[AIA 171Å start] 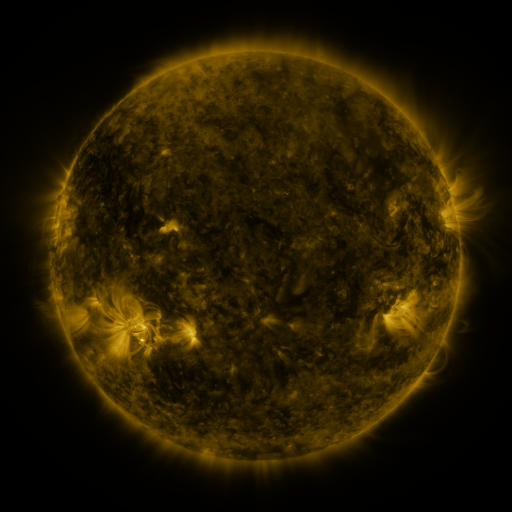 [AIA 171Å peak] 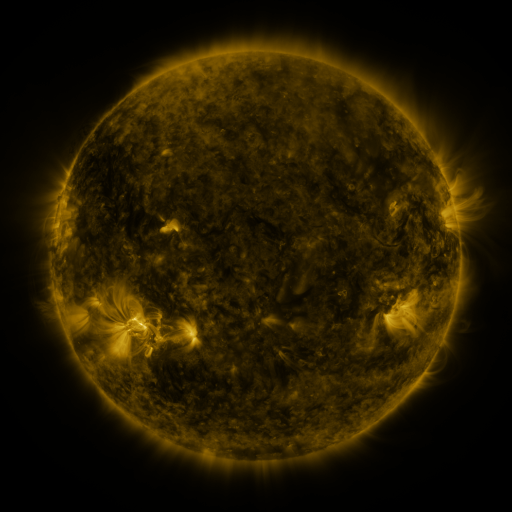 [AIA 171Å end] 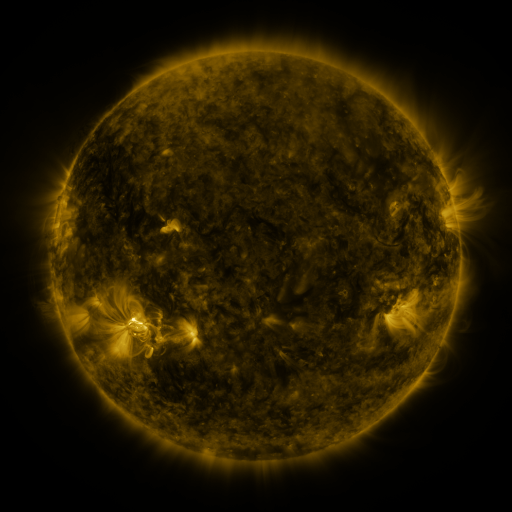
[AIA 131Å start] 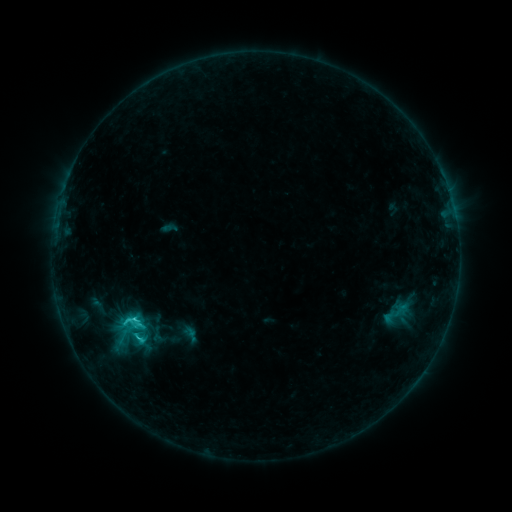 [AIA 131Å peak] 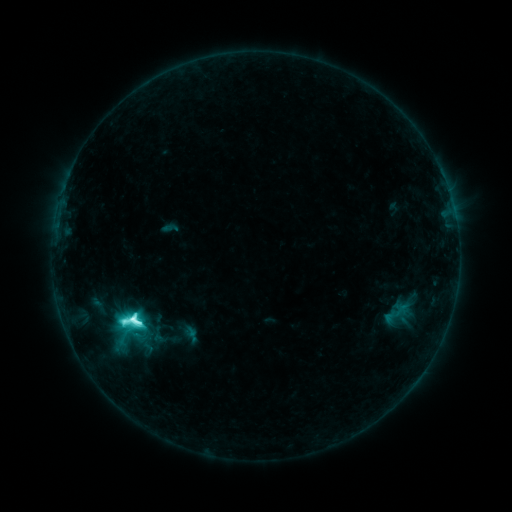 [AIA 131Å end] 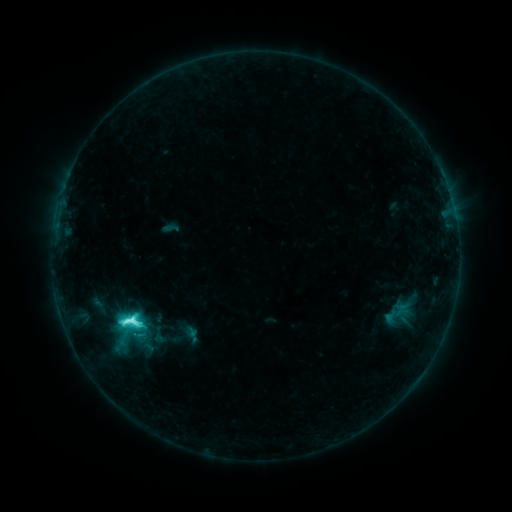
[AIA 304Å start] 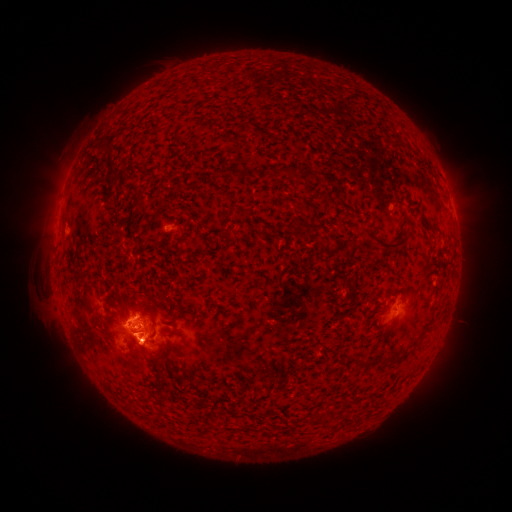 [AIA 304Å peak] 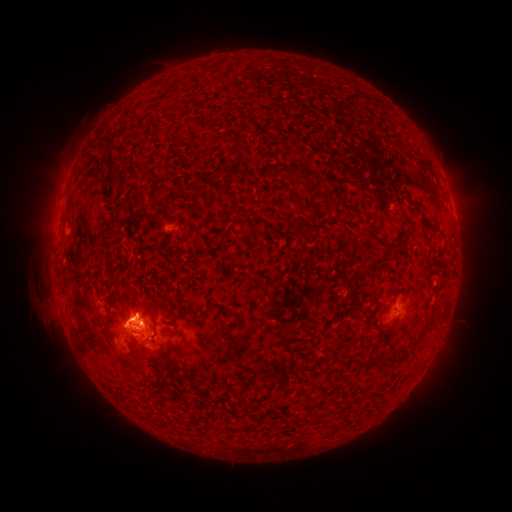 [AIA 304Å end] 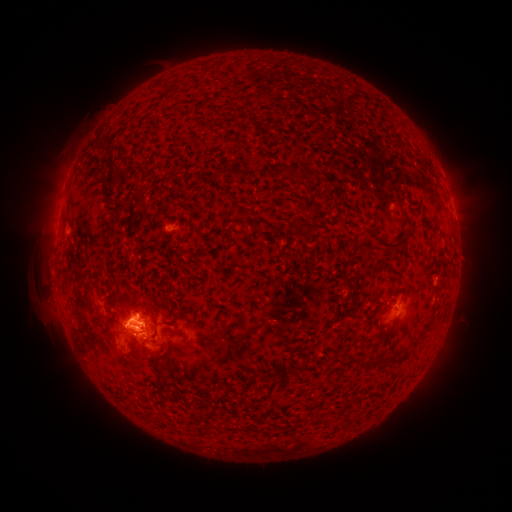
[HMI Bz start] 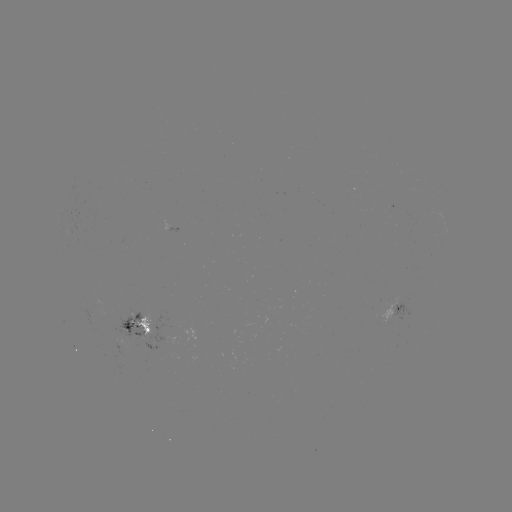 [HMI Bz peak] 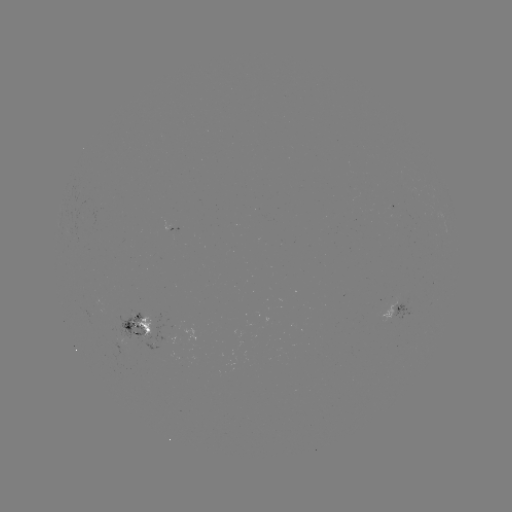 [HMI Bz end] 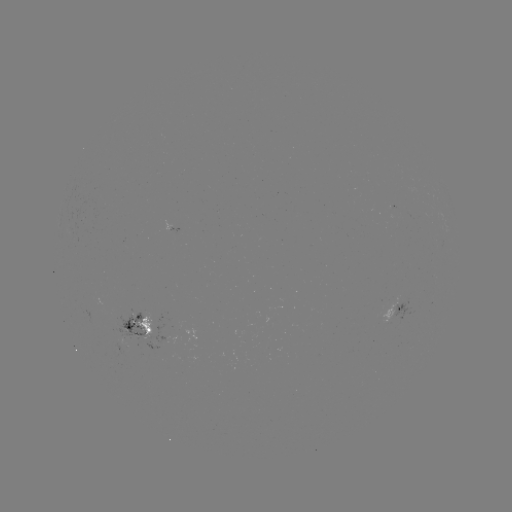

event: flare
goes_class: M1.2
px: (133, 316)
